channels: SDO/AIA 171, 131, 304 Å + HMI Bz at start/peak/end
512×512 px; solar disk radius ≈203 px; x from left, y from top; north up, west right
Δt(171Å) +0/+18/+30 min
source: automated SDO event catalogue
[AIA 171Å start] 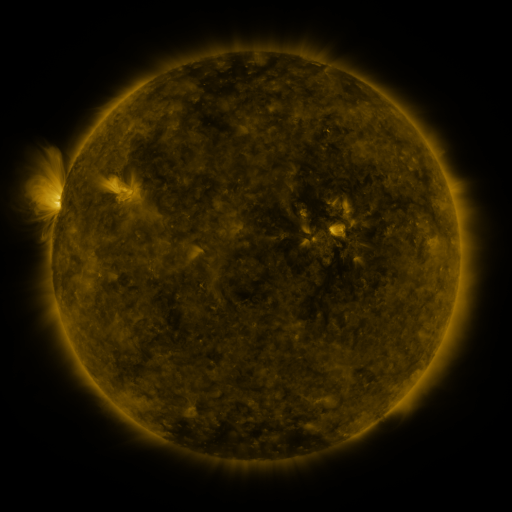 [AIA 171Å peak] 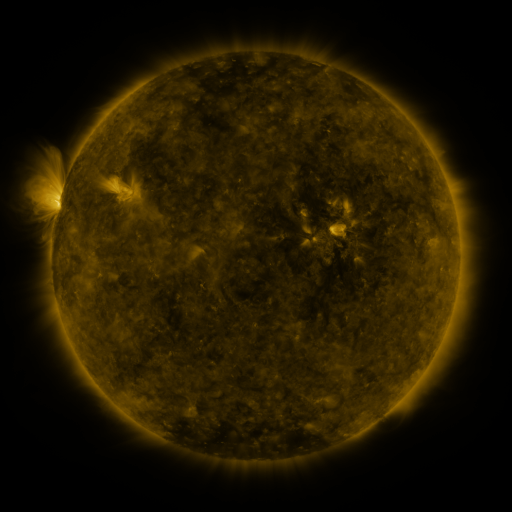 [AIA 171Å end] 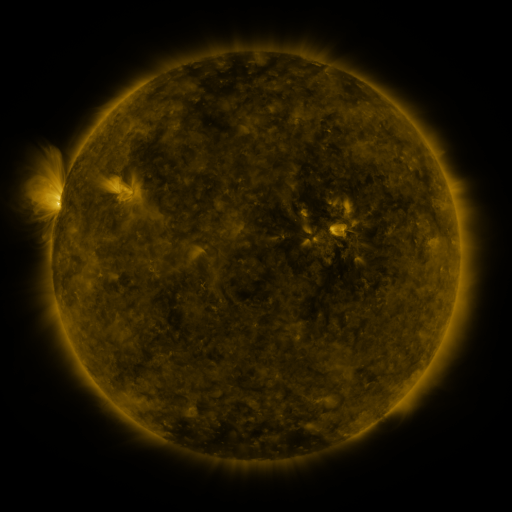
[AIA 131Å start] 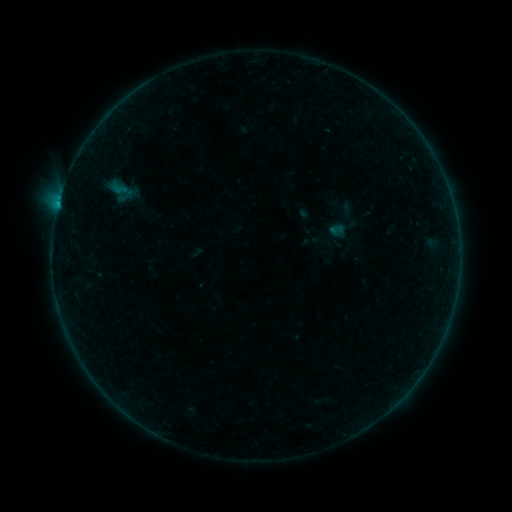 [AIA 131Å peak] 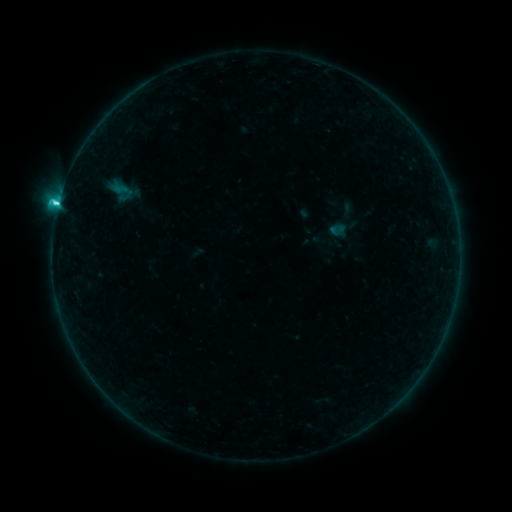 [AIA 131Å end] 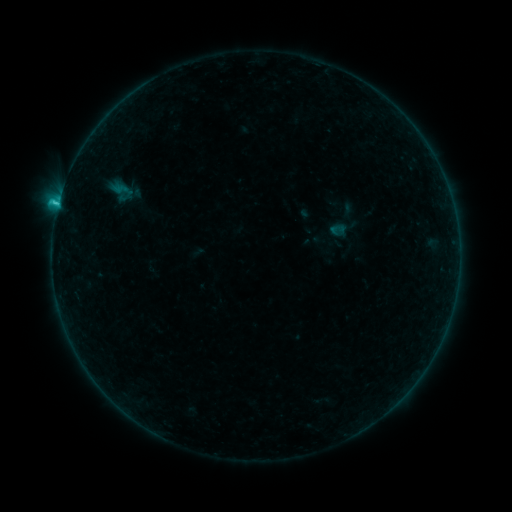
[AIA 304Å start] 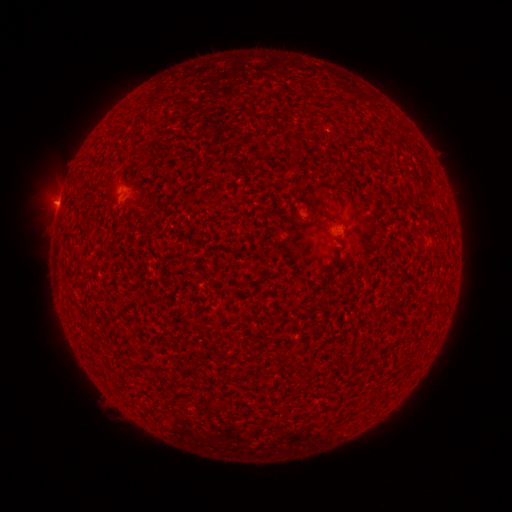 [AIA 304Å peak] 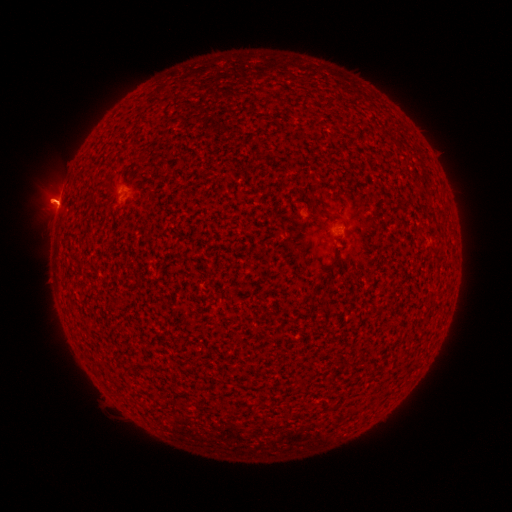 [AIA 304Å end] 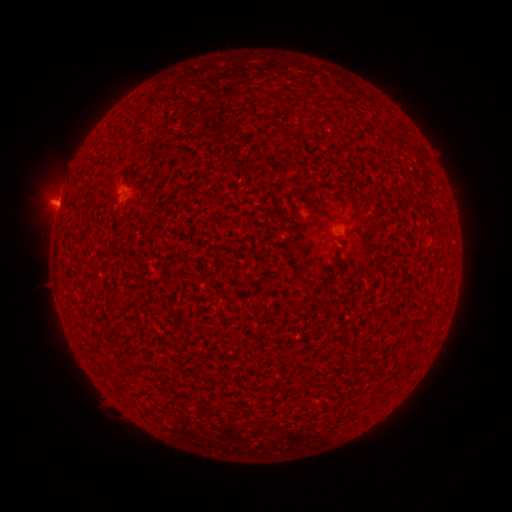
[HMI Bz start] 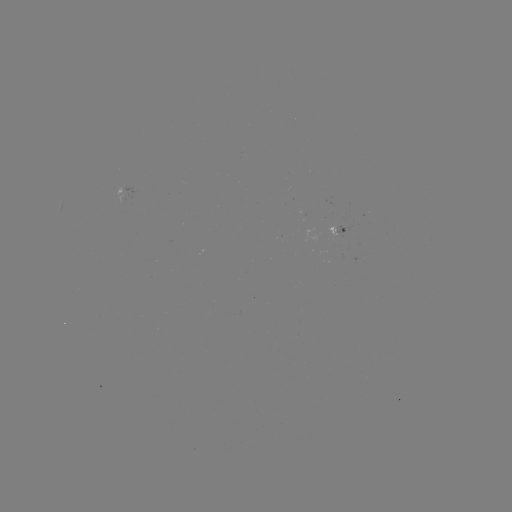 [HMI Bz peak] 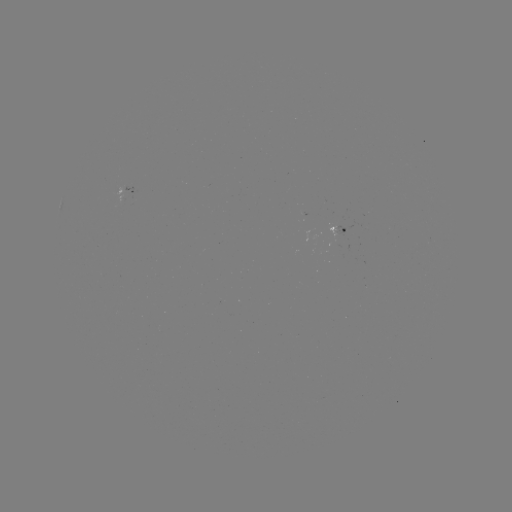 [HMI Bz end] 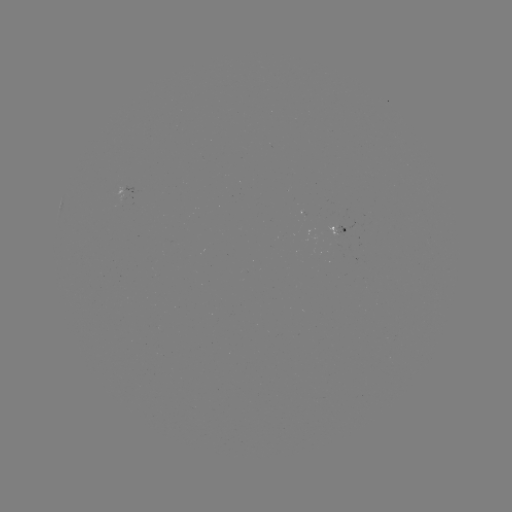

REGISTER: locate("C2.0 flare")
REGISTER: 58,206